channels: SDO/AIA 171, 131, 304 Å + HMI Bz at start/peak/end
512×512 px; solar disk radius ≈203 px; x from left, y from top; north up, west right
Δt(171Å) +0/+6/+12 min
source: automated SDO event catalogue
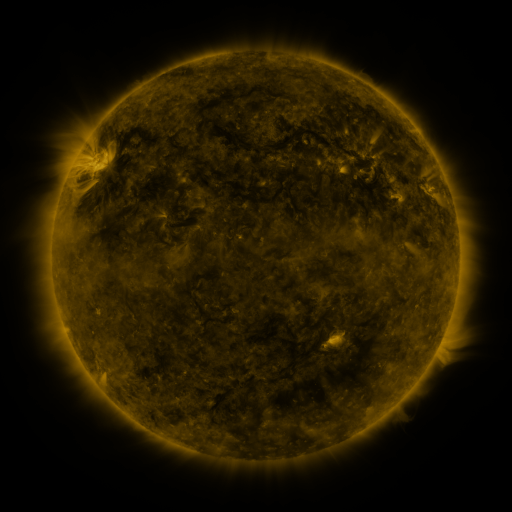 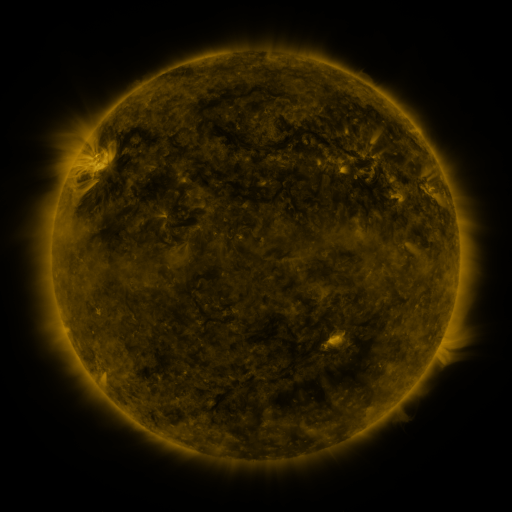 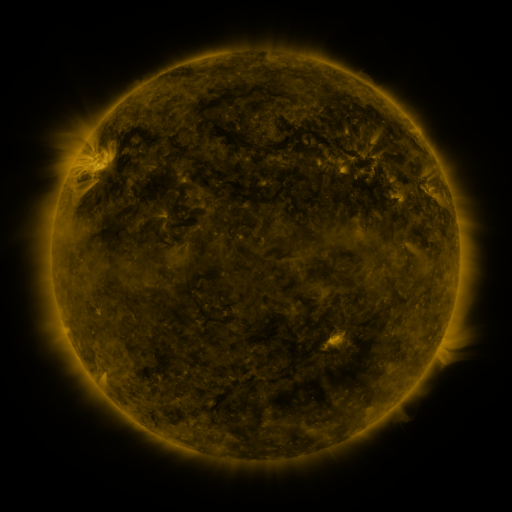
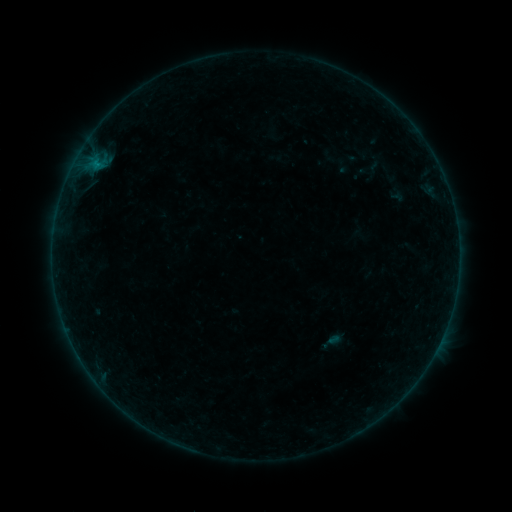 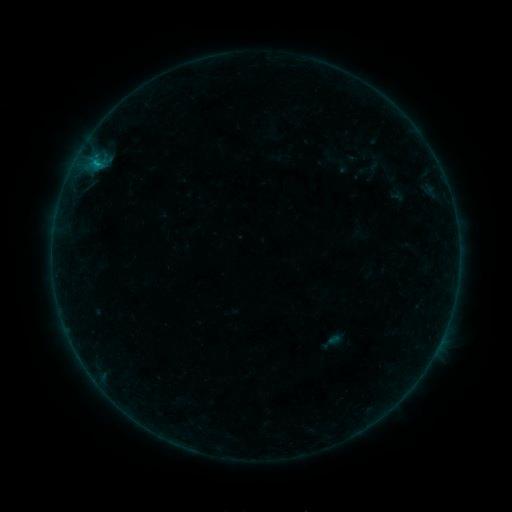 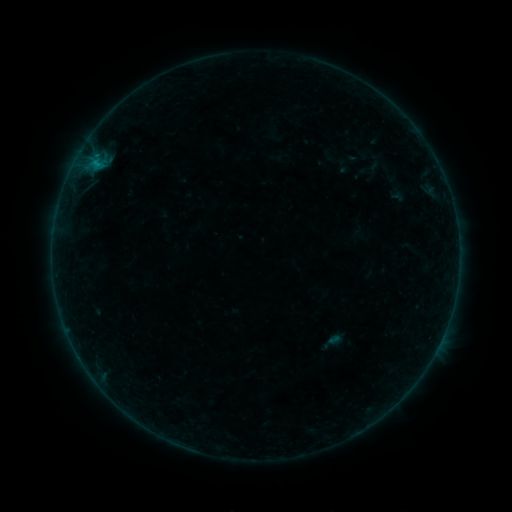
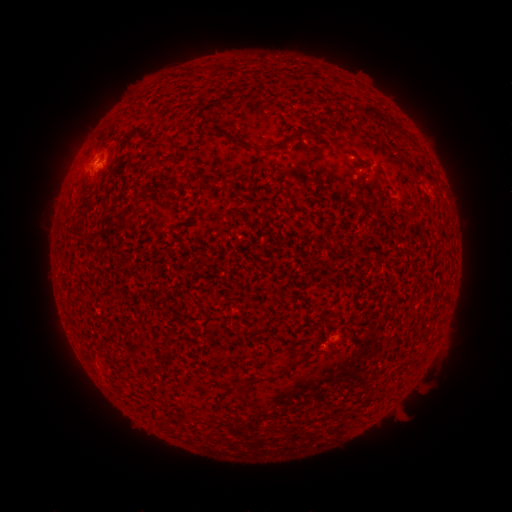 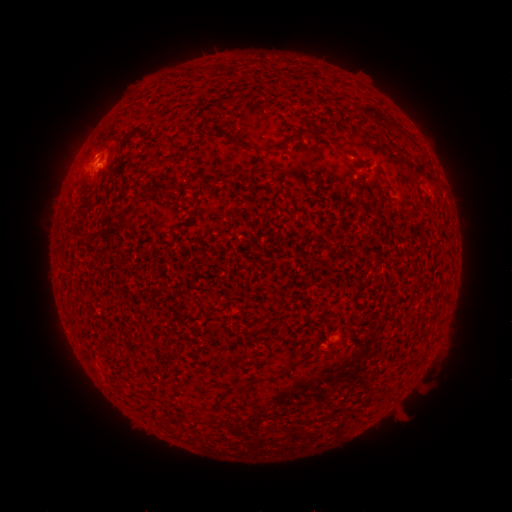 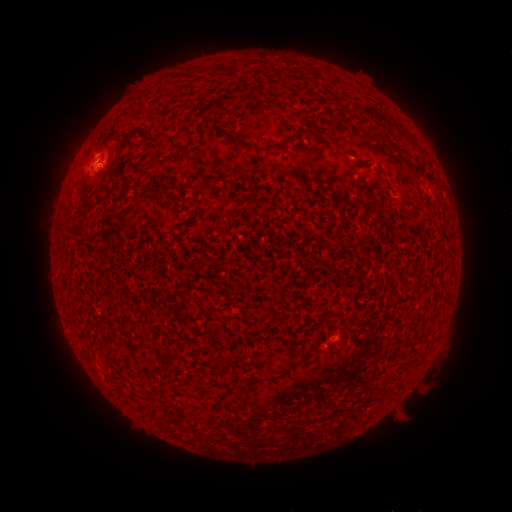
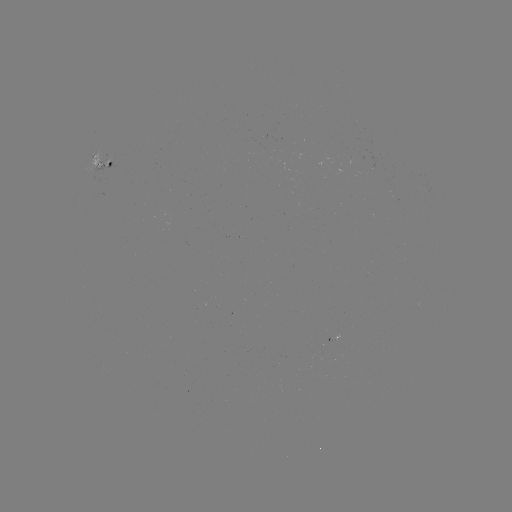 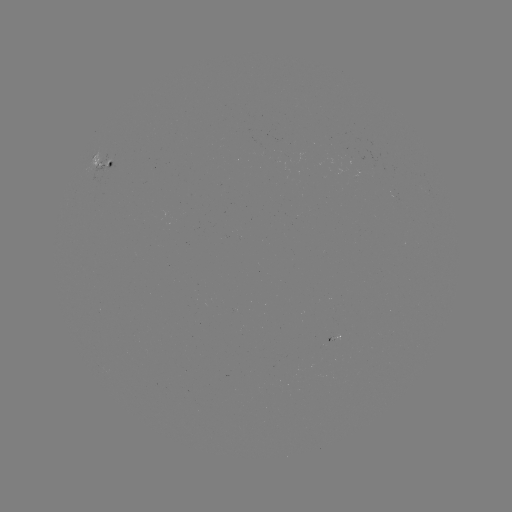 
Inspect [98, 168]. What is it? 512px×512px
B3.4 flare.